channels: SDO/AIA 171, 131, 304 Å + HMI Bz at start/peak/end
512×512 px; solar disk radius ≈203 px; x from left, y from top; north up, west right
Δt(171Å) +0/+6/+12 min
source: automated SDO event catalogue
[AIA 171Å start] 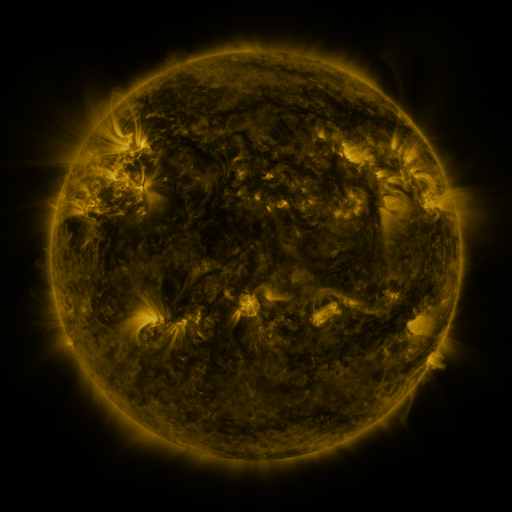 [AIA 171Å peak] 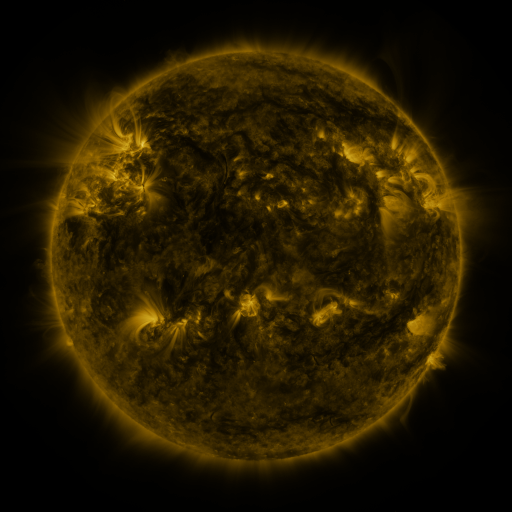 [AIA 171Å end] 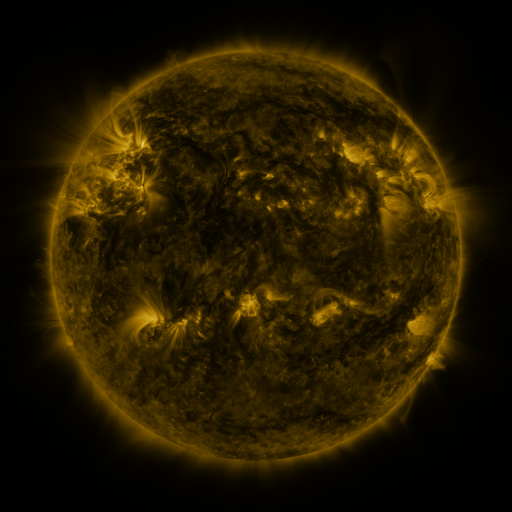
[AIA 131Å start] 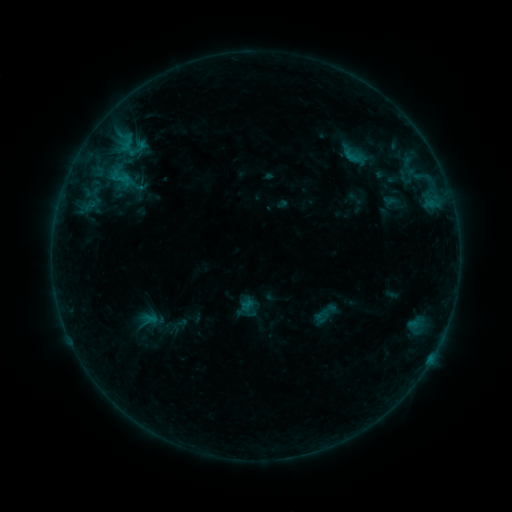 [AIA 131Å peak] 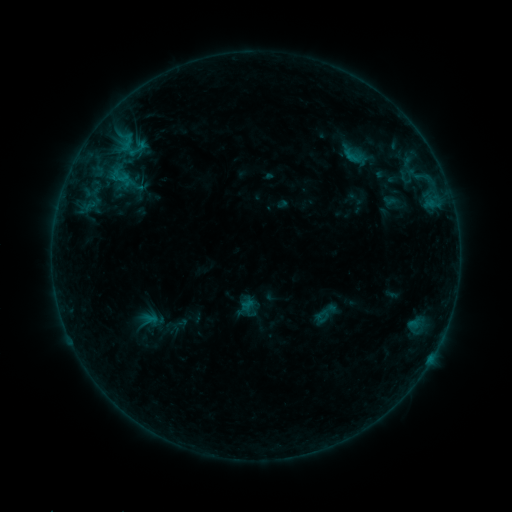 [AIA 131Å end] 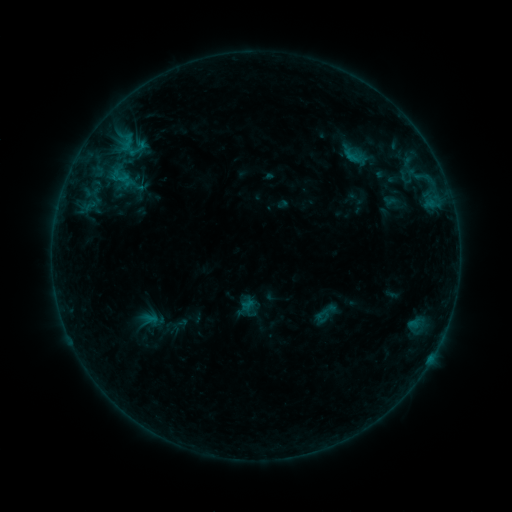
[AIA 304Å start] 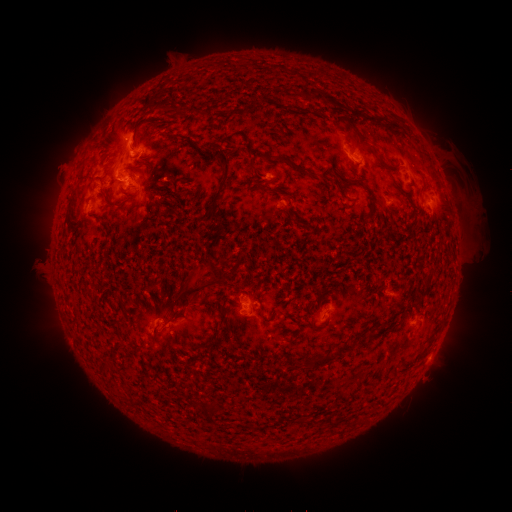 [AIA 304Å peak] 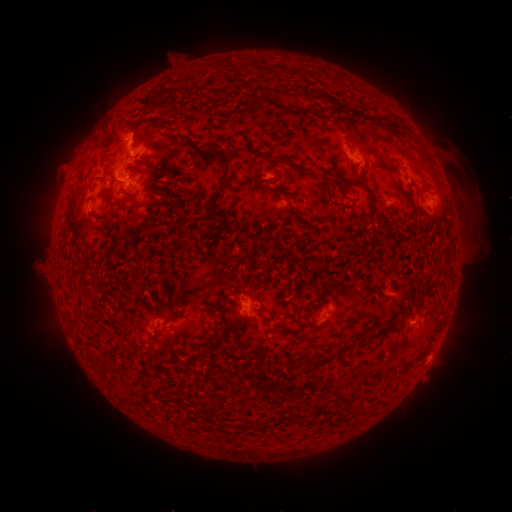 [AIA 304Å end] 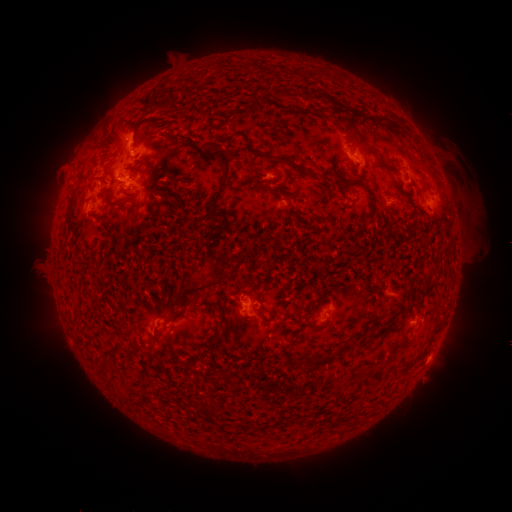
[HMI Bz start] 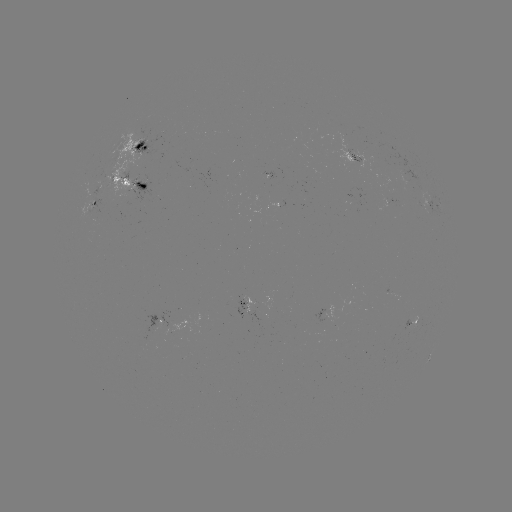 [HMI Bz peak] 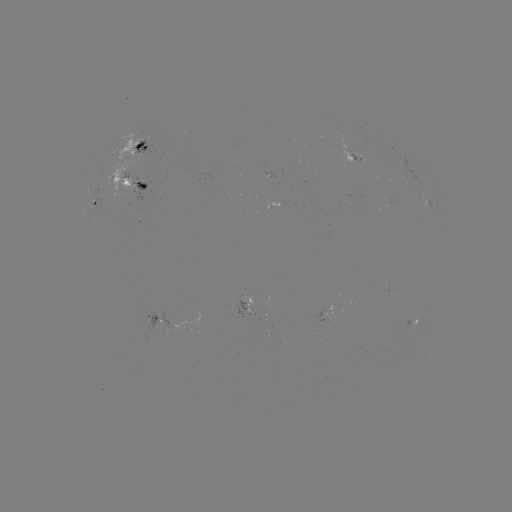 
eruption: (193, 258, 222, 283)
